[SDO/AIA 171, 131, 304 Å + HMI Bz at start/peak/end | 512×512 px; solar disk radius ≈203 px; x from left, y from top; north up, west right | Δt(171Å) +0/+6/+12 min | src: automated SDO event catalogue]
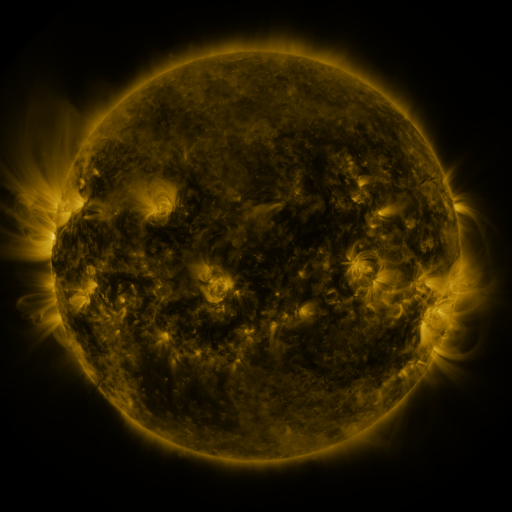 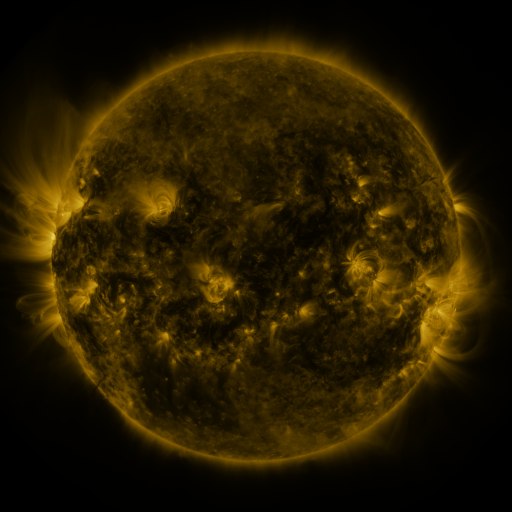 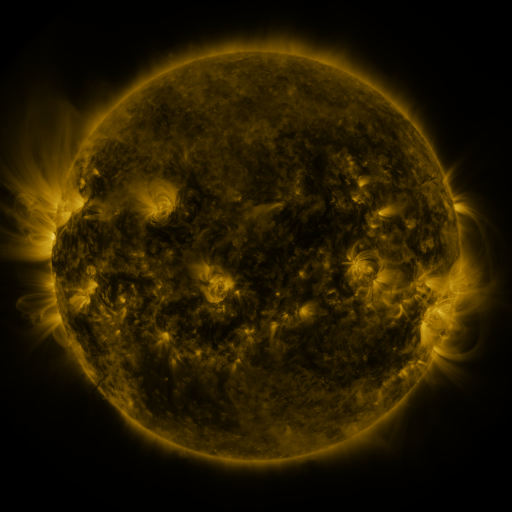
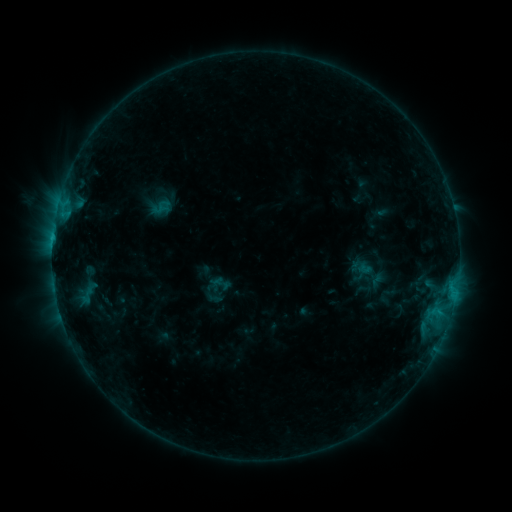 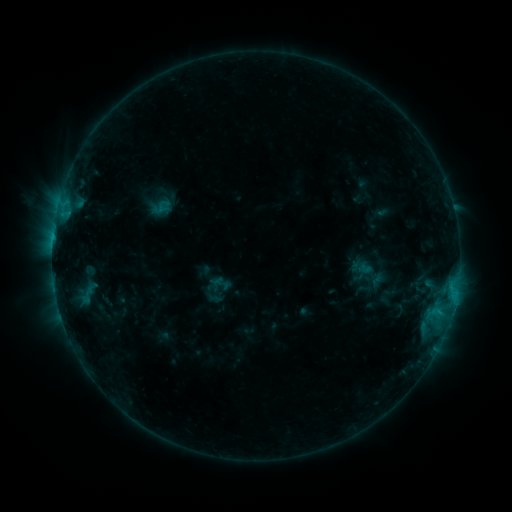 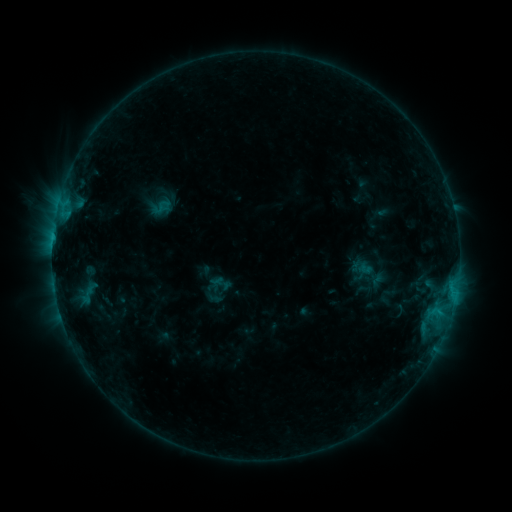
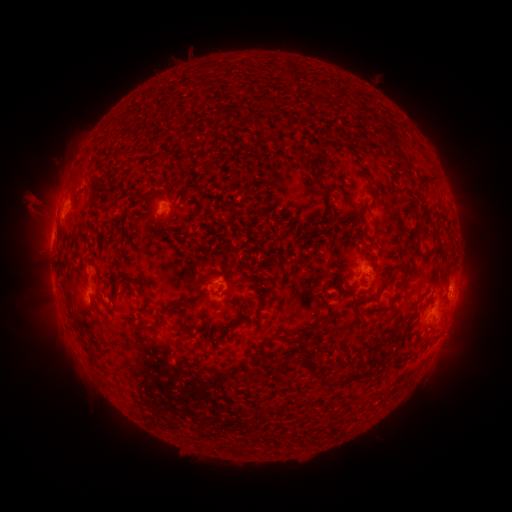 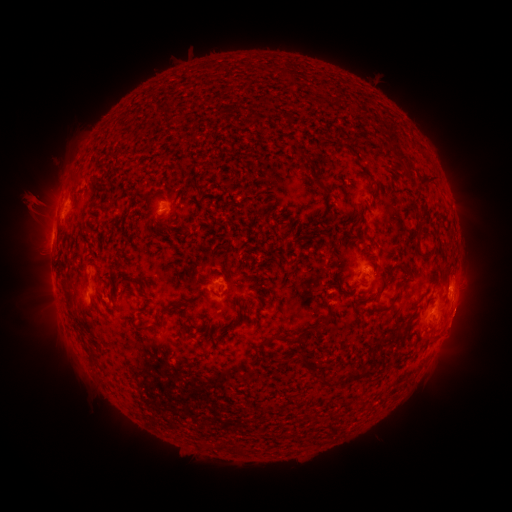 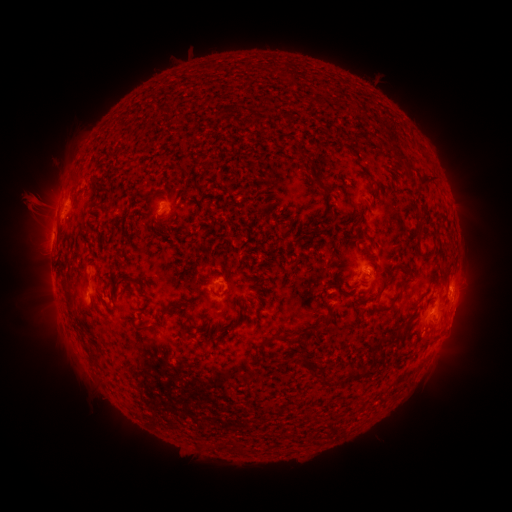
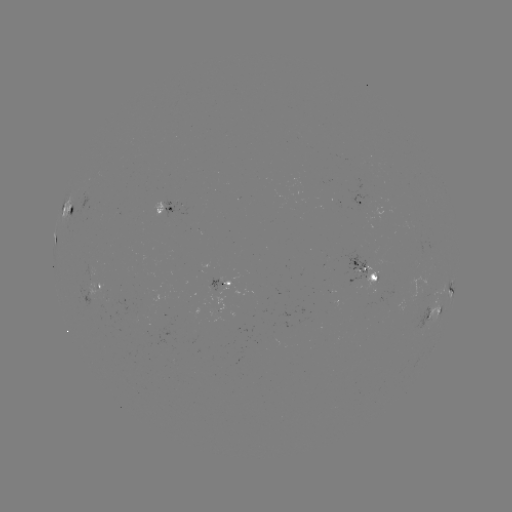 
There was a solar eruption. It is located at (463, 319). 